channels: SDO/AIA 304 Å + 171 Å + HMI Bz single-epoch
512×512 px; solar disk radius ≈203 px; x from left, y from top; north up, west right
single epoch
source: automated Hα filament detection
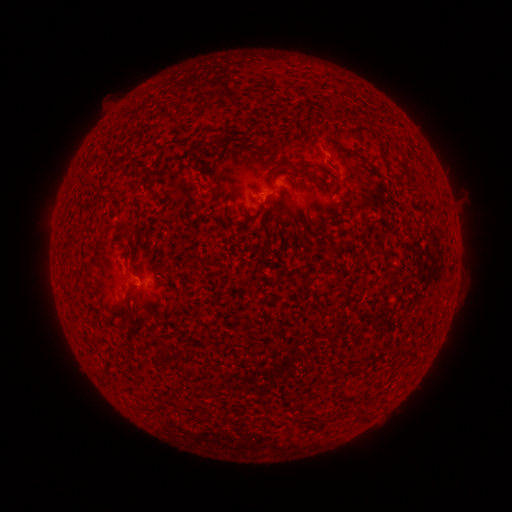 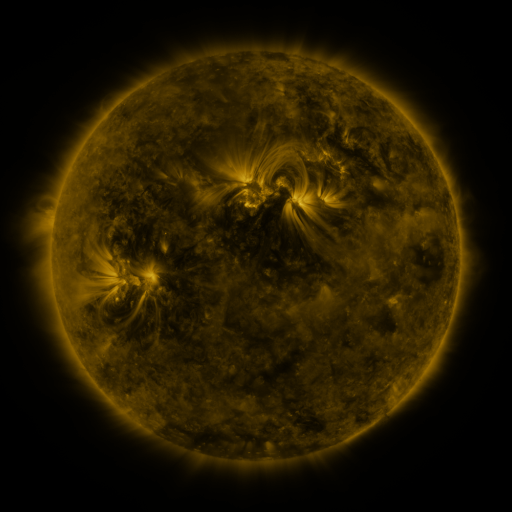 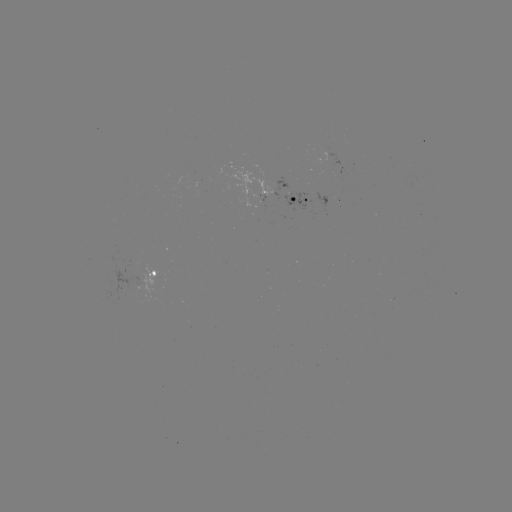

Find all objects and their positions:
filament: (322, 130, 333, 141)
filament: (217, 136, 227, 149)
filament: (191, 177, 201, 183)
filament: (124, 224, 135, 232)
filament: (123, 290, 133, 303)
filament: (291, 402, 305, 417)
